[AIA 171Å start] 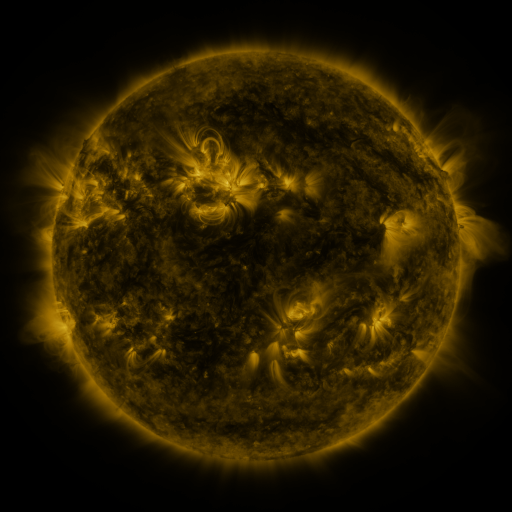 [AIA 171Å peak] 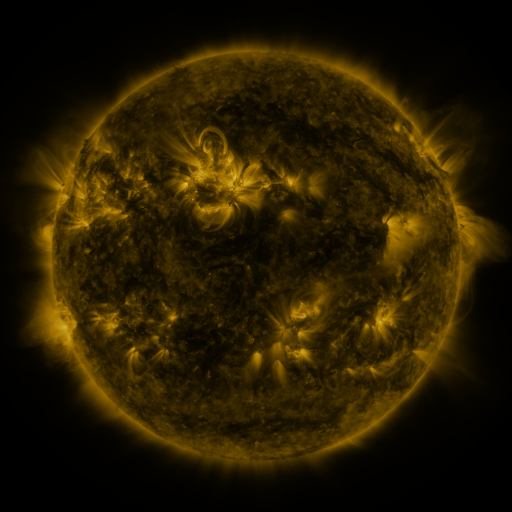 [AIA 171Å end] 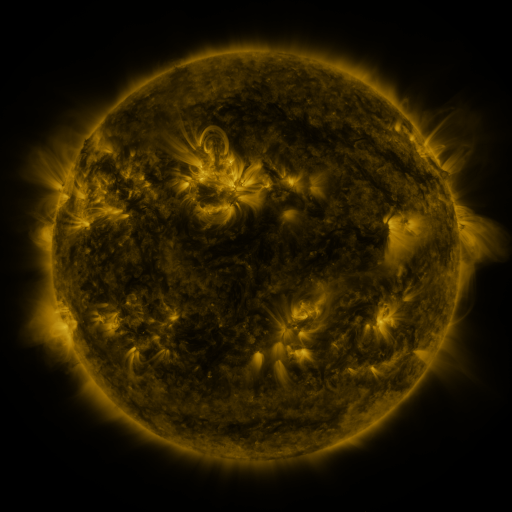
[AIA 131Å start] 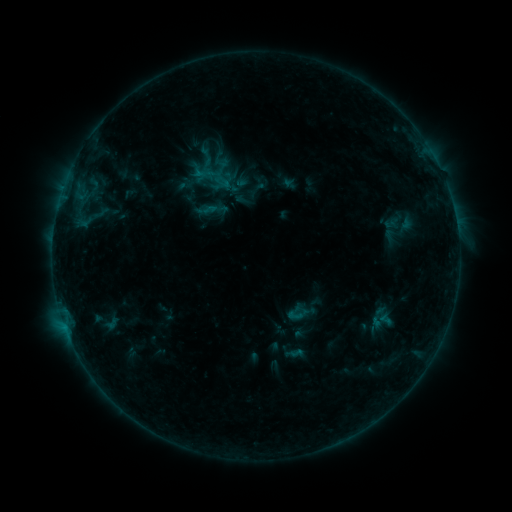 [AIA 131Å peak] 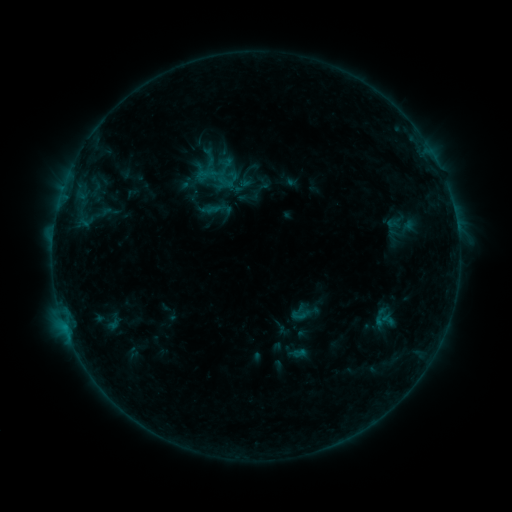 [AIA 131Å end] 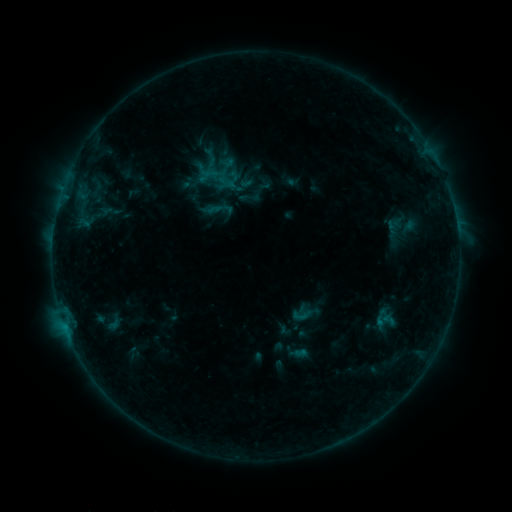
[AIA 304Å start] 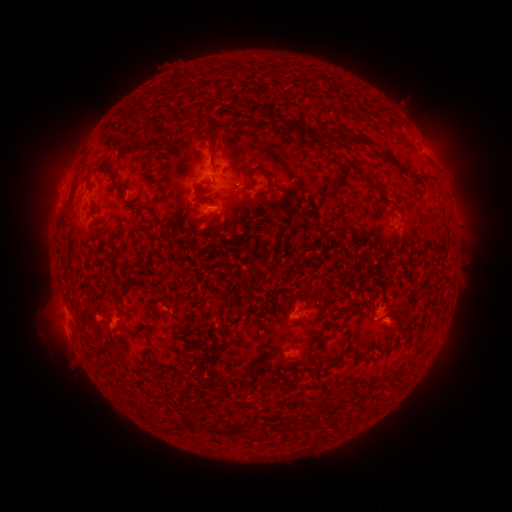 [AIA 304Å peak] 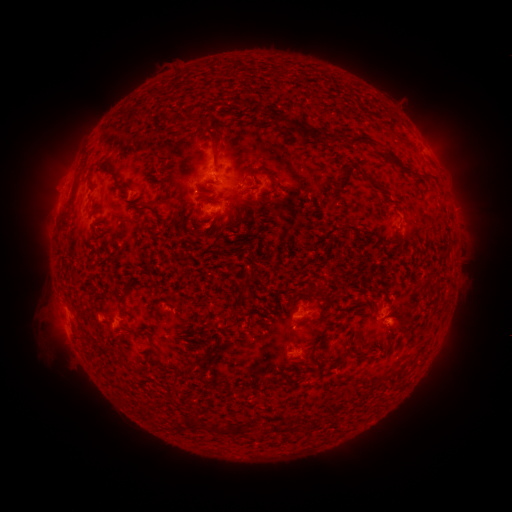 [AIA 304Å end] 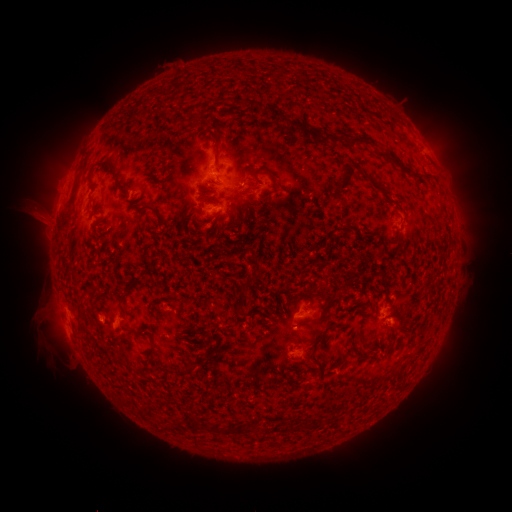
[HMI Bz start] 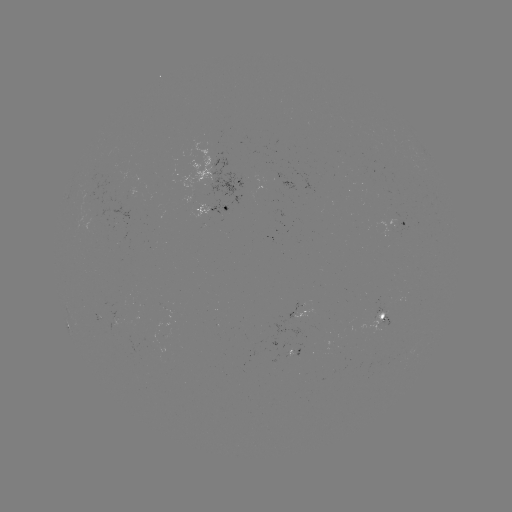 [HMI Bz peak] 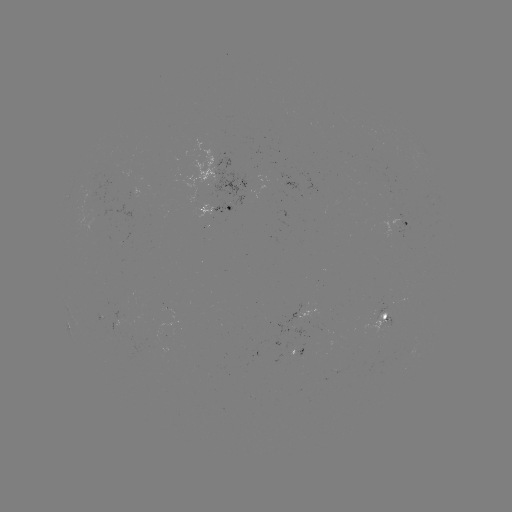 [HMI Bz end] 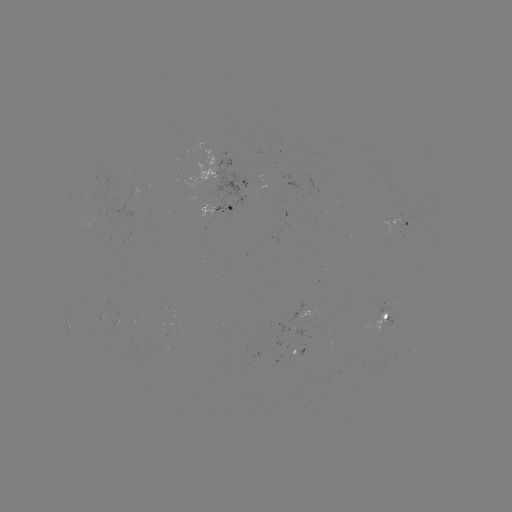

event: emerging-flux region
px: (118, 318)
